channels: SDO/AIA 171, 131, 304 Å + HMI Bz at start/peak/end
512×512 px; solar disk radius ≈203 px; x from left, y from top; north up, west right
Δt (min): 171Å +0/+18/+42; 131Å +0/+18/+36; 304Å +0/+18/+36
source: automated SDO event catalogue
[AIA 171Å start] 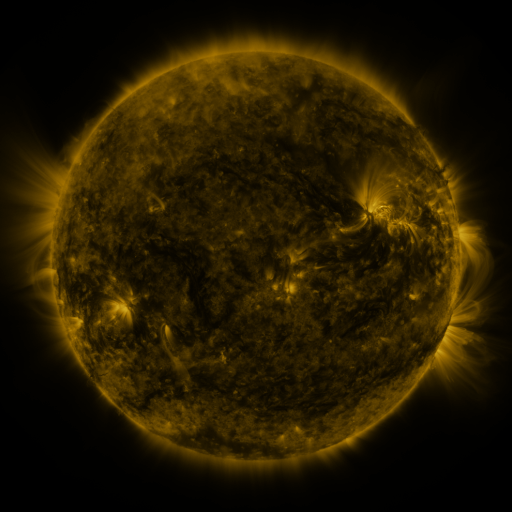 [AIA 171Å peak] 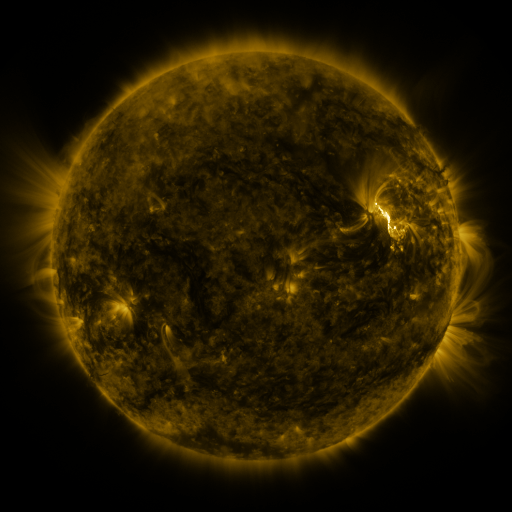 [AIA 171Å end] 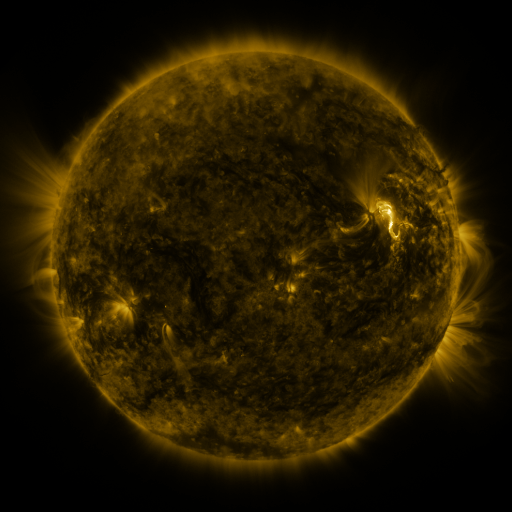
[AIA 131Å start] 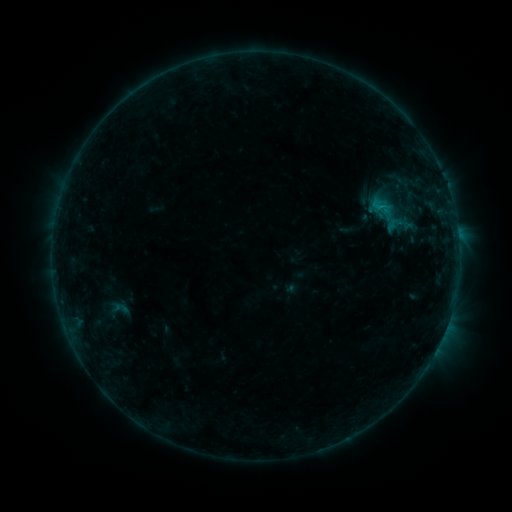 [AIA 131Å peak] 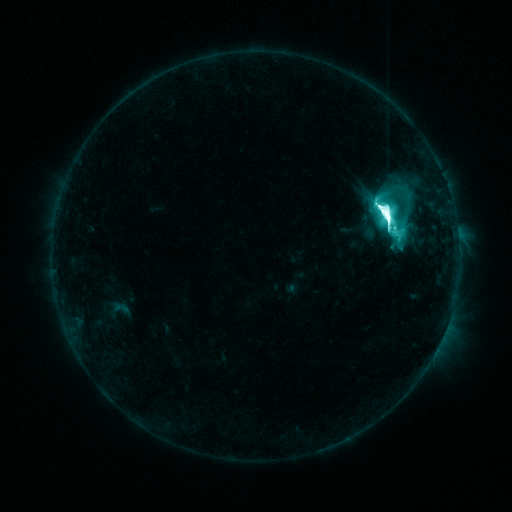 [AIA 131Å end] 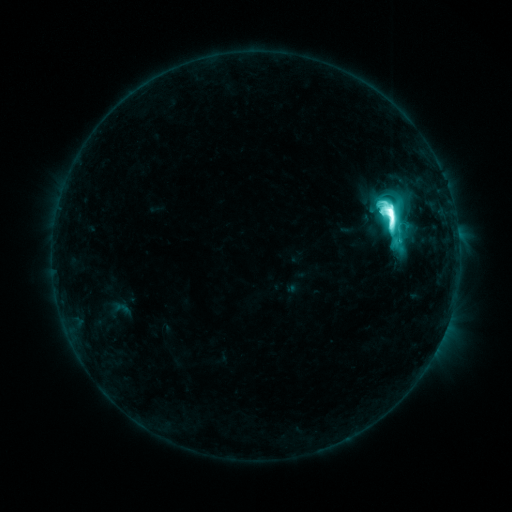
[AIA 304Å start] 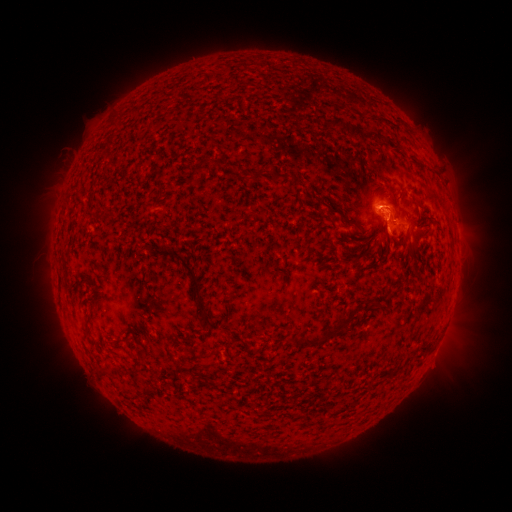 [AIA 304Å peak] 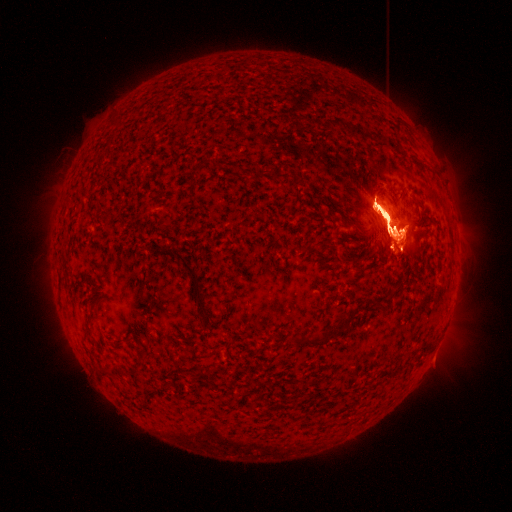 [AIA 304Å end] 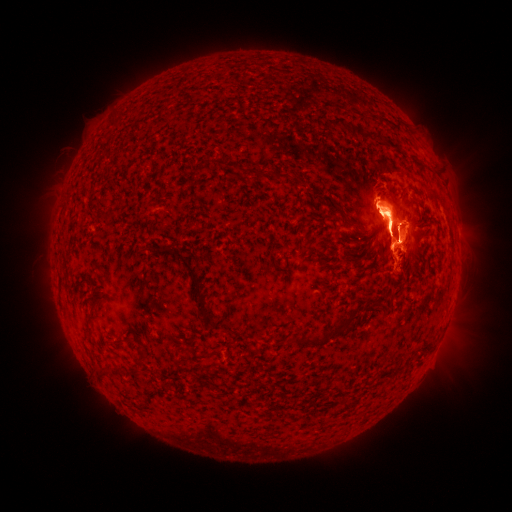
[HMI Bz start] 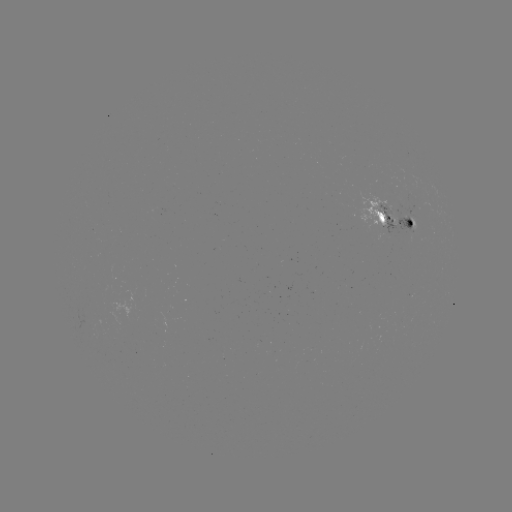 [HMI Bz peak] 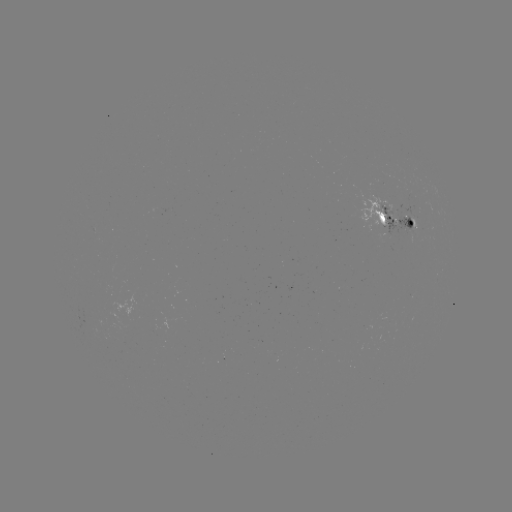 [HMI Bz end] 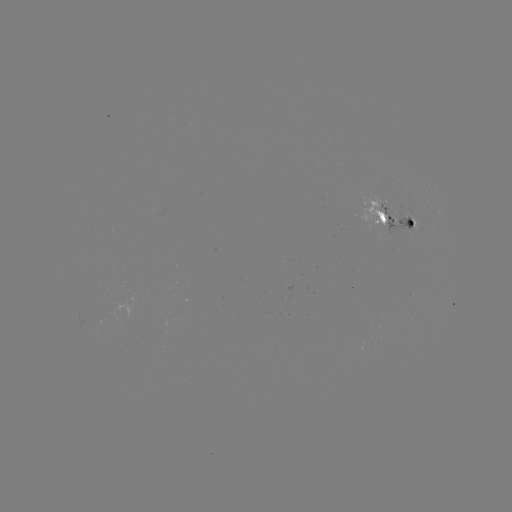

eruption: [273, 128, 504, 321]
